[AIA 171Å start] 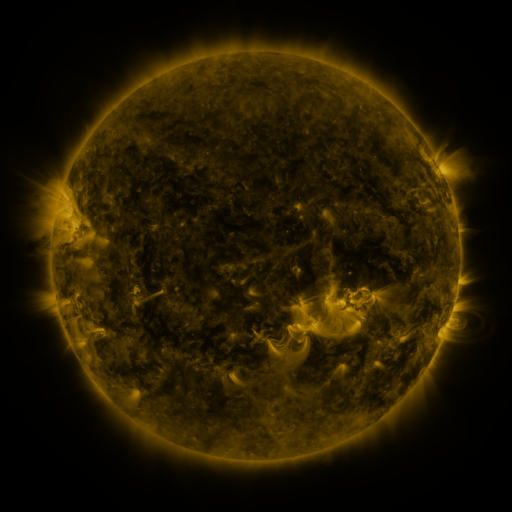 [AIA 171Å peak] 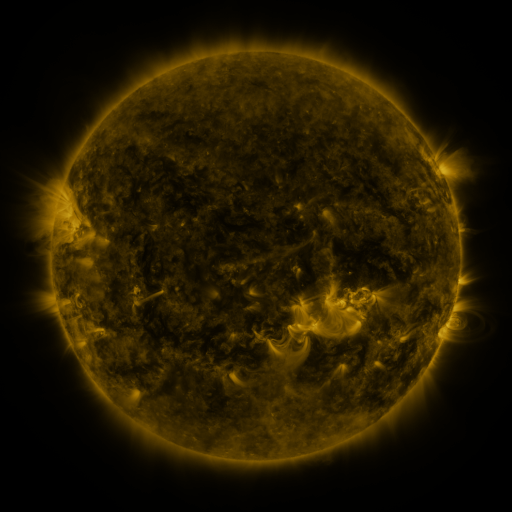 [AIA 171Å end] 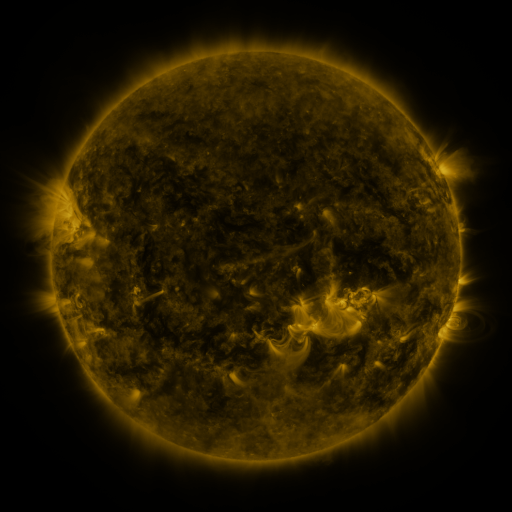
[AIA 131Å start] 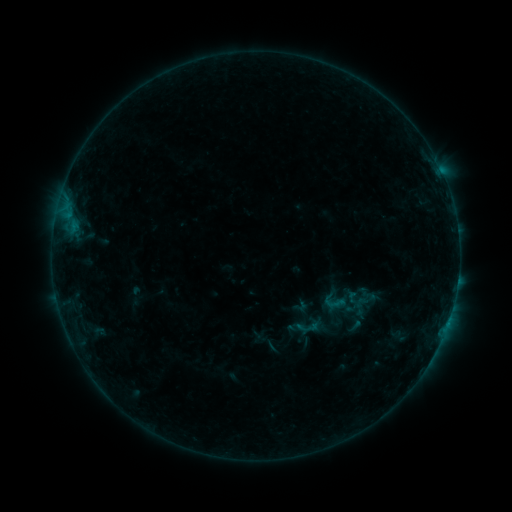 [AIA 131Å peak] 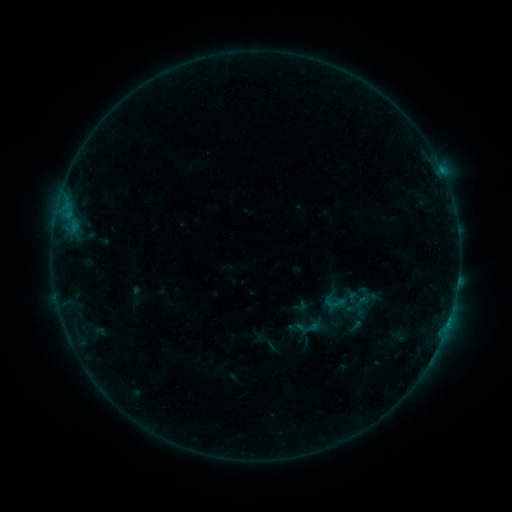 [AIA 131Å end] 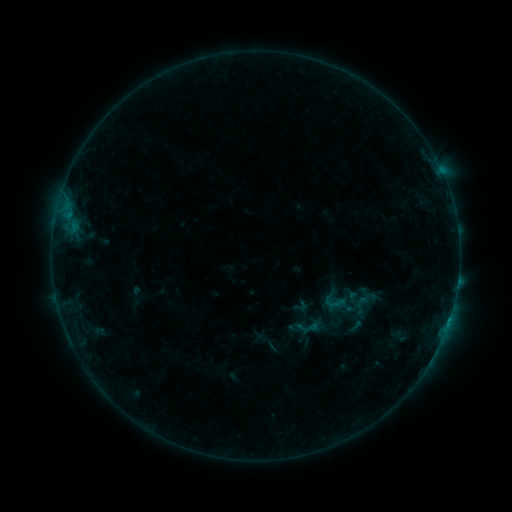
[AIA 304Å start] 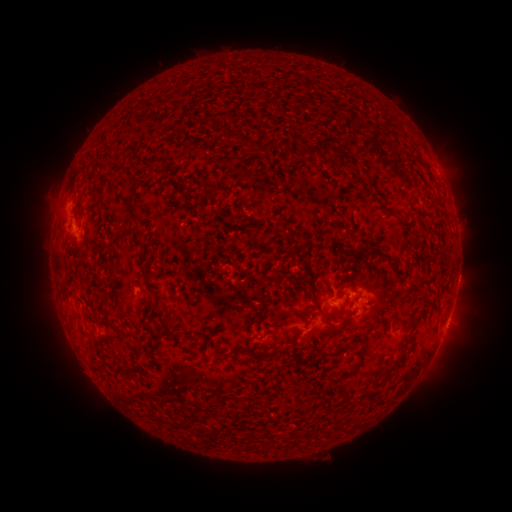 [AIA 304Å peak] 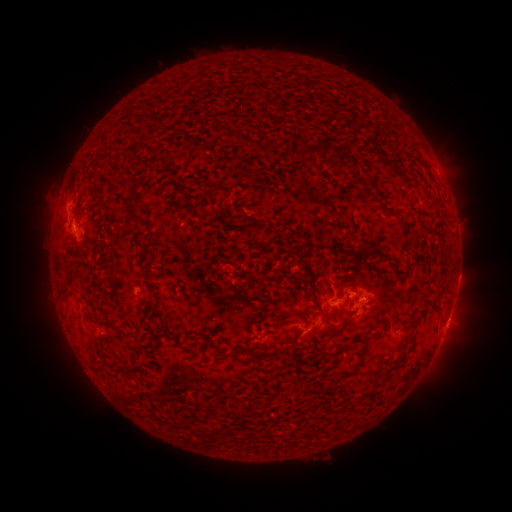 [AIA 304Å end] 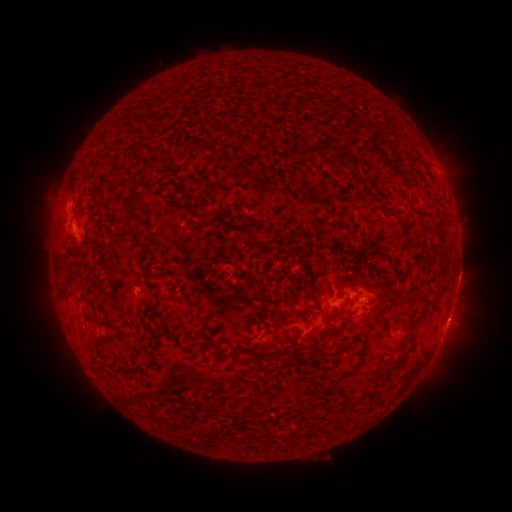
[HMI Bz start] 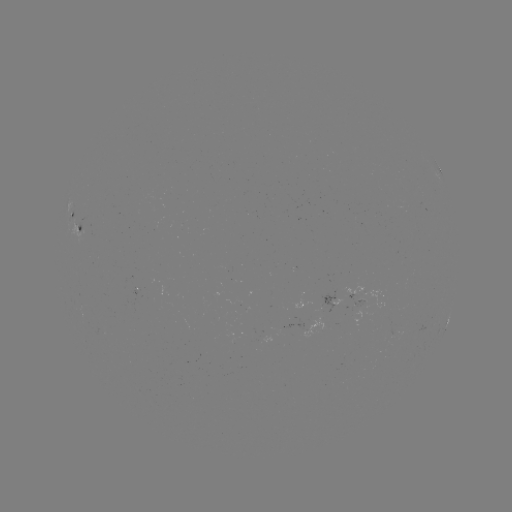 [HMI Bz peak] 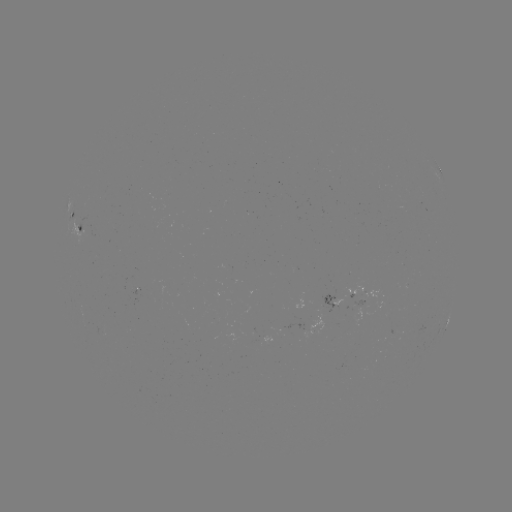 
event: flare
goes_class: B4.5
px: (448, 319)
